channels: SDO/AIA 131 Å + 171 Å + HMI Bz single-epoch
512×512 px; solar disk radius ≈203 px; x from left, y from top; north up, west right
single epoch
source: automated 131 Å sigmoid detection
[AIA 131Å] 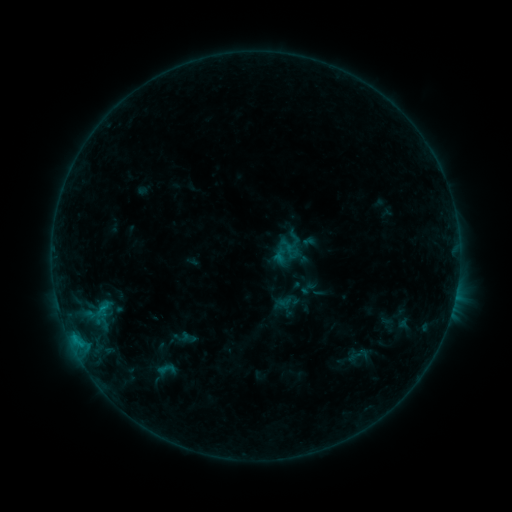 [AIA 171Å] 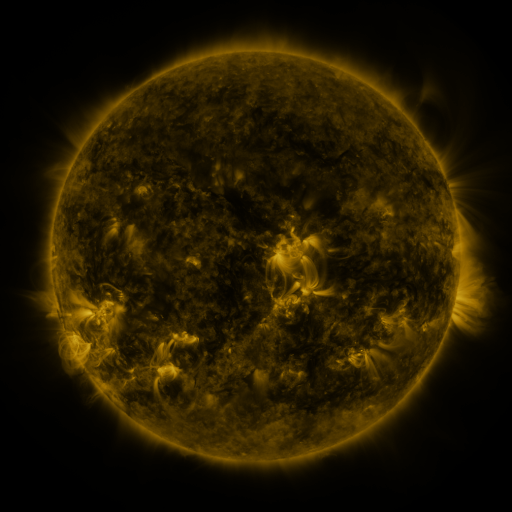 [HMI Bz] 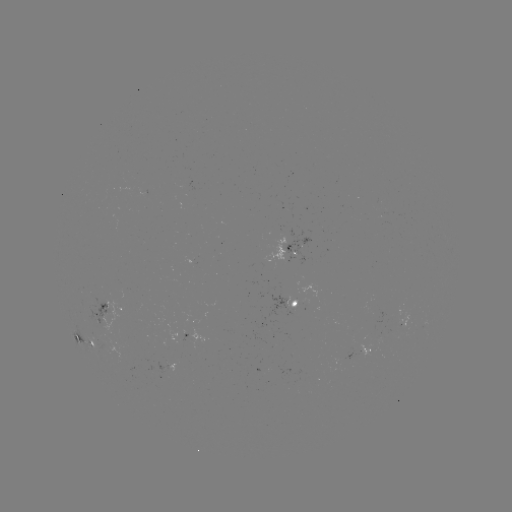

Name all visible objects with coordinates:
sigmoid: <bbox>149, 357, 183, 381</bbox>
